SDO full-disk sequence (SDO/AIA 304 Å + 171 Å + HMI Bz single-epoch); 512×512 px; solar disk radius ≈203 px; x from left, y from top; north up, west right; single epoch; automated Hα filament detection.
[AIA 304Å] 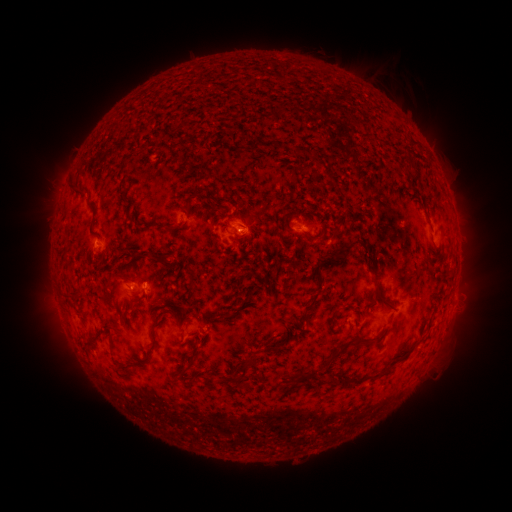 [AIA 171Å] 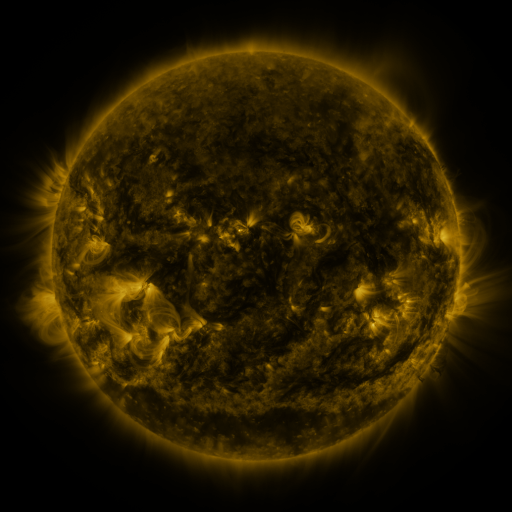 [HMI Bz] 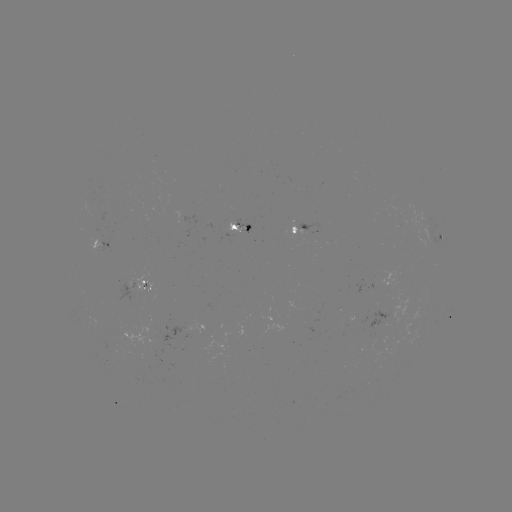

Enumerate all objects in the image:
filament: <bbox>264, 140, 274, 149</bbox>
filament: <bbox>294, 145, 306, 154</bbox>
filament: <bbox>202, 167, 218, 181</bbox>
filament: <bbox>69, 182, 86, 194</bbox>
filament: <bbox>192, 185, 210, 198</bbox>
filament: <bbox>87, 200, 97, 218</bbox>
filament: <bbox>155, 222, 171, 231</bbox>
filament: <bbox>343, 239, 360, 255</bbox>
filament: <bbox>364, 255, 377, 276</bbox>
filament: <bbox>313, 270, 322, 285</bbox>
filament: <bbox>102, 279, 112, 289</bbox>
filament: <bbox>372, 291, 389, 307</bbox>
filament: <bbox>300, 293, 318, 324</bbox>
filament: <bbox>213, 312, 227, 319</bbox>
filament: <bbox>333, 337, 370, 355</bbox>
filament: <bbox>179, 344, 200, 374</bbox>
filament: <bbox>242, 357, 253, 366</bbox>
filament: <bbox>232, 364, 247, 381</bbox>
filament: <bbox>308, 366, 319, 375</bbox>
filament: <bbox>295, 369, 306, 381</bbox>
